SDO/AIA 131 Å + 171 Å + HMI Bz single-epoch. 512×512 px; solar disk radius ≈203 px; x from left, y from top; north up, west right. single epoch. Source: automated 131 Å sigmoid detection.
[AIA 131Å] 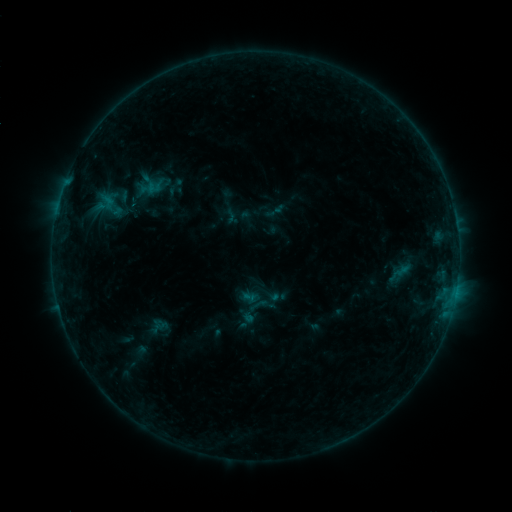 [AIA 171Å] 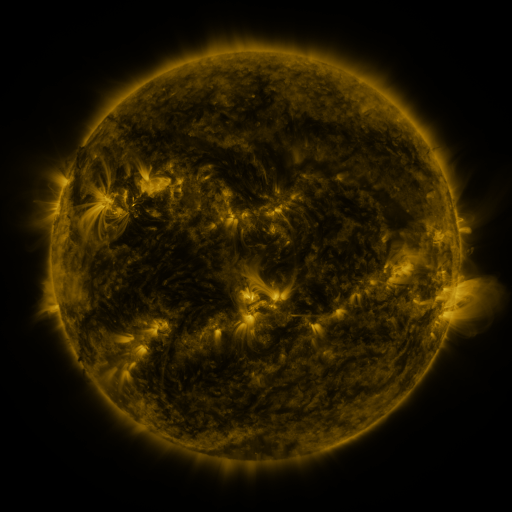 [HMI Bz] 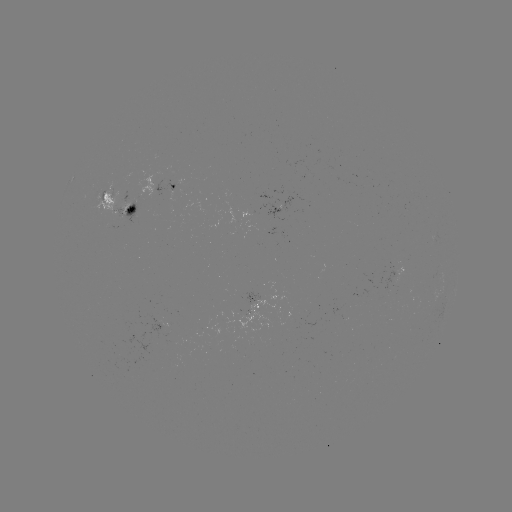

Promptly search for sigmoid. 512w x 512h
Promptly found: (253, 310).